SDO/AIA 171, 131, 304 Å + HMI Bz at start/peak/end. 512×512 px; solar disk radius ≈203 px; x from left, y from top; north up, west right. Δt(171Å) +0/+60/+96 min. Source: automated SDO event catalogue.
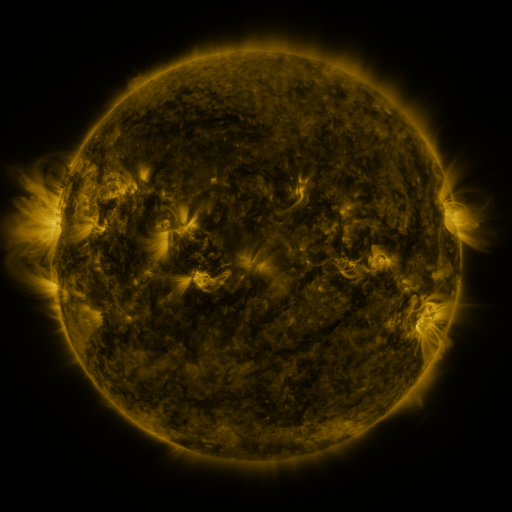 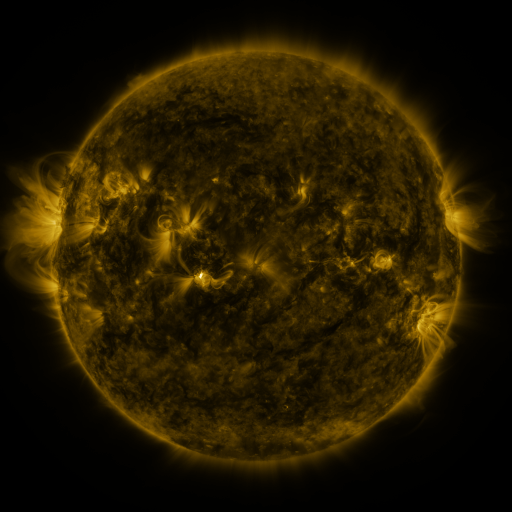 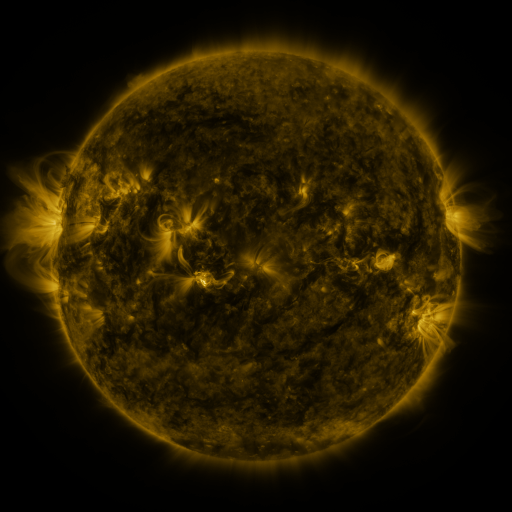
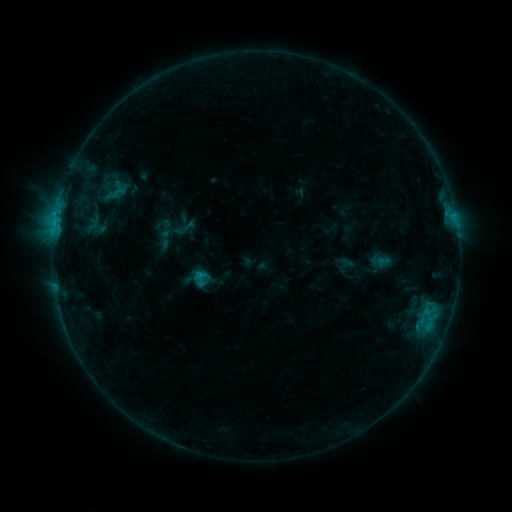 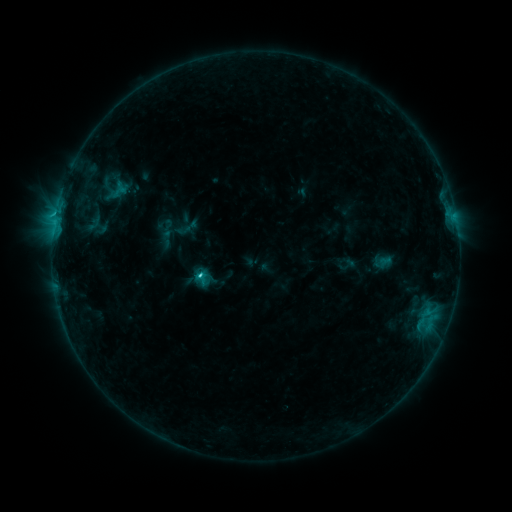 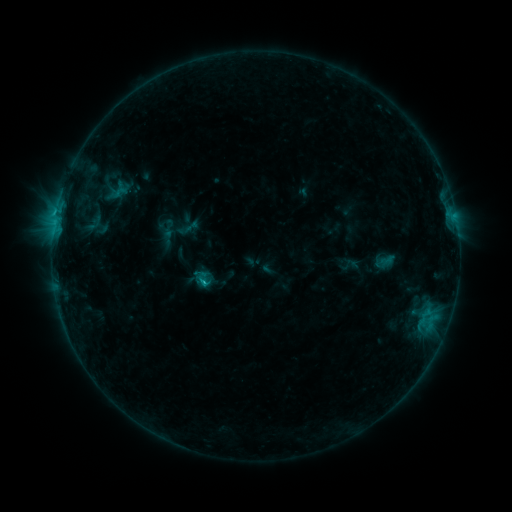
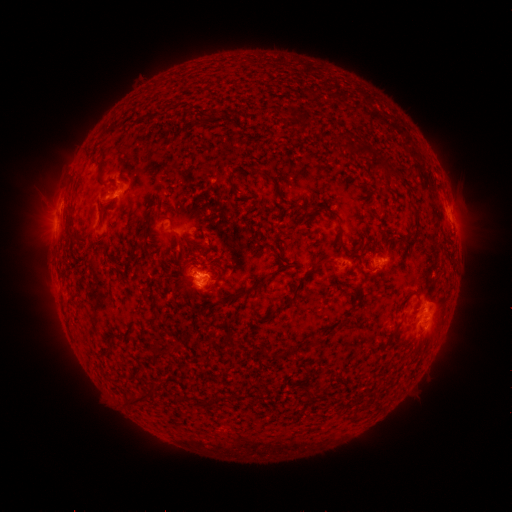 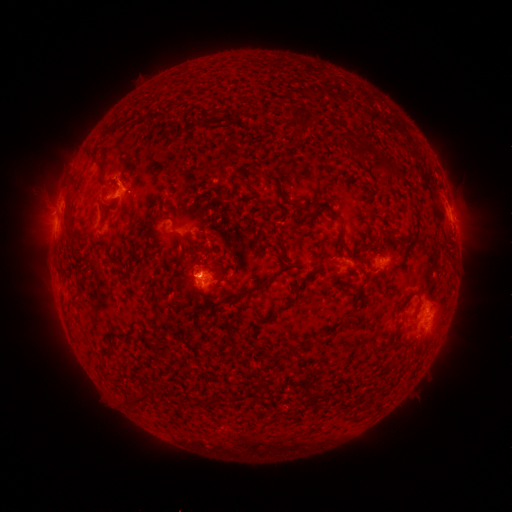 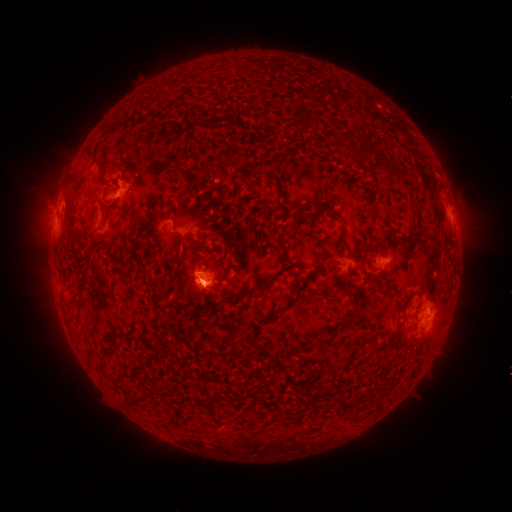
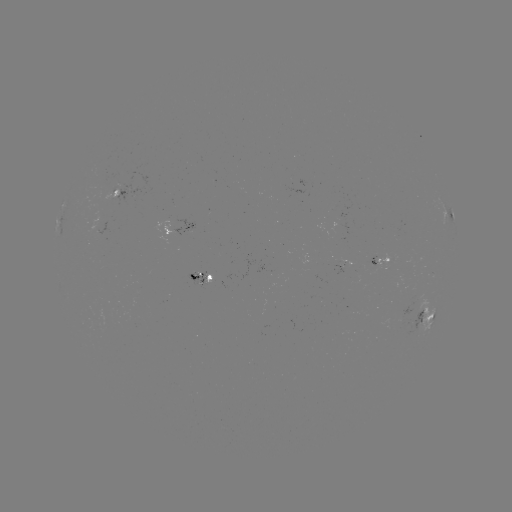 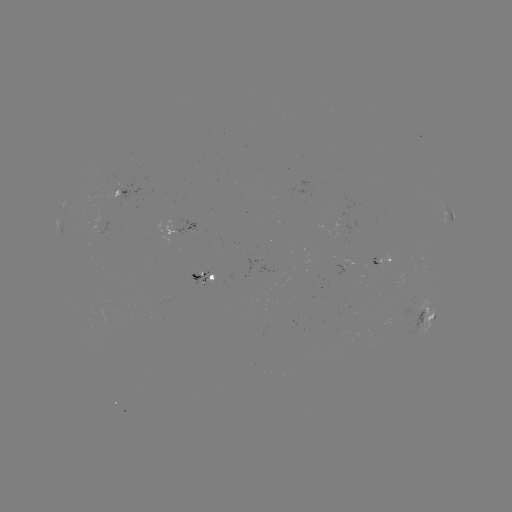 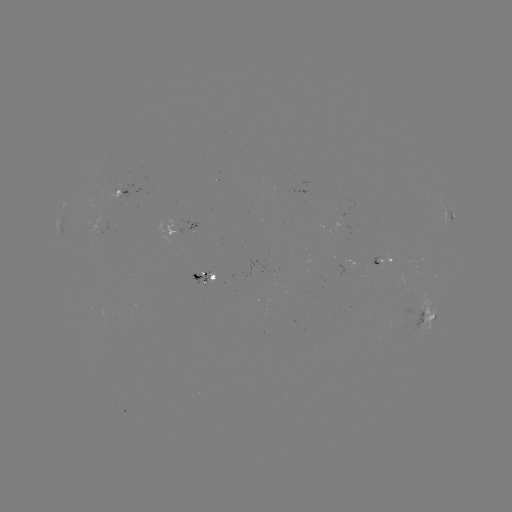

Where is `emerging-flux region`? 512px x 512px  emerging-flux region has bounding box [339, 257, 353, 267].